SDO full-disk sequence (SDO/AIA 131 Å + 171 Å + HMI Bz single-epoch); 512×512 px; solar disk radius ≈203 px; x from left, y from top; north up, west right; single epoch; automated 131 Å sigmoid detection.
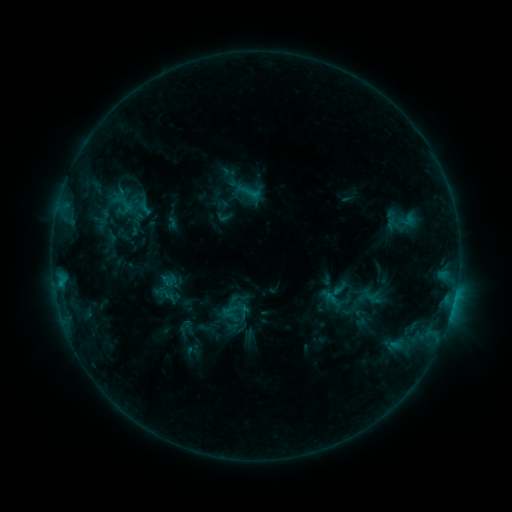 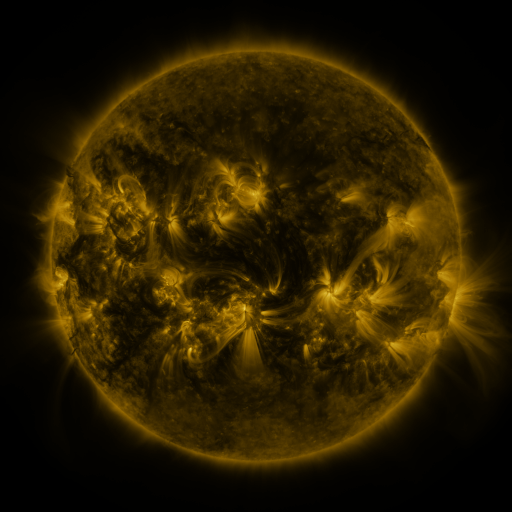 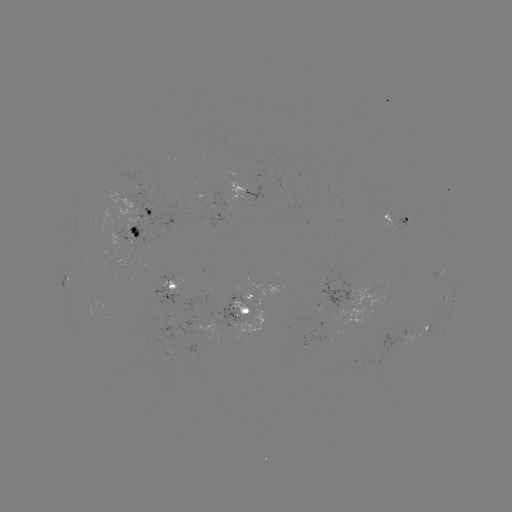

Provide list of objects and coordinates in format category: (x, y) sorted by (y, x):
sigmoid: (121, 204)
sigmoid: (240, 298)
